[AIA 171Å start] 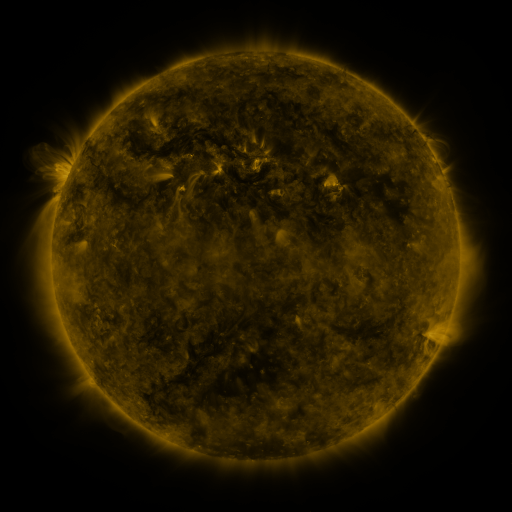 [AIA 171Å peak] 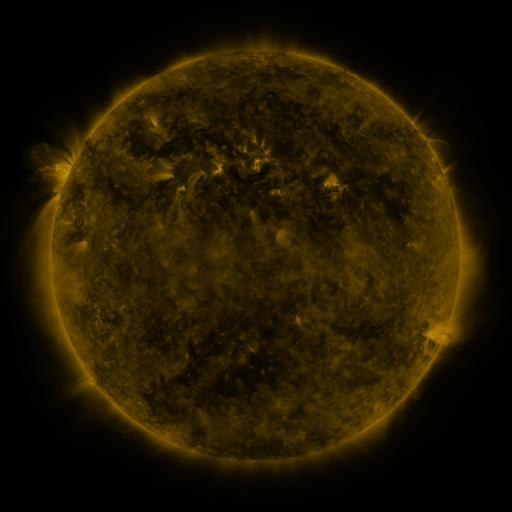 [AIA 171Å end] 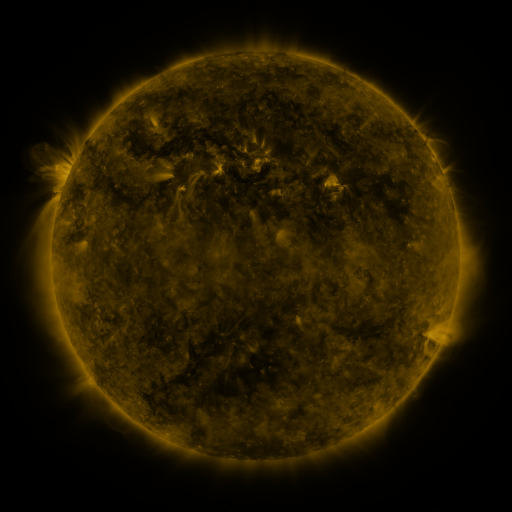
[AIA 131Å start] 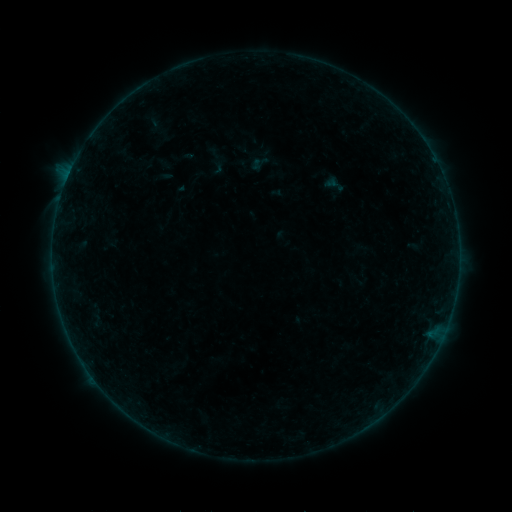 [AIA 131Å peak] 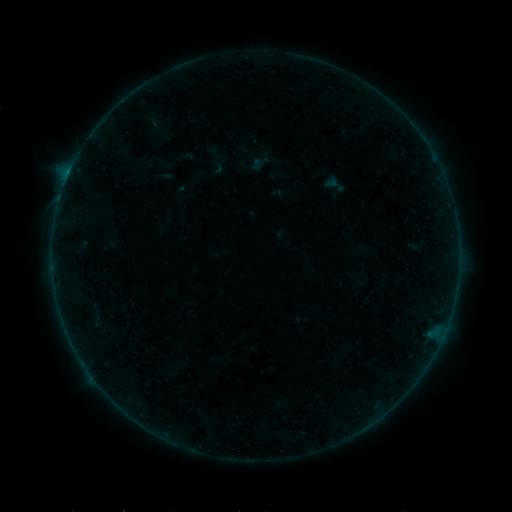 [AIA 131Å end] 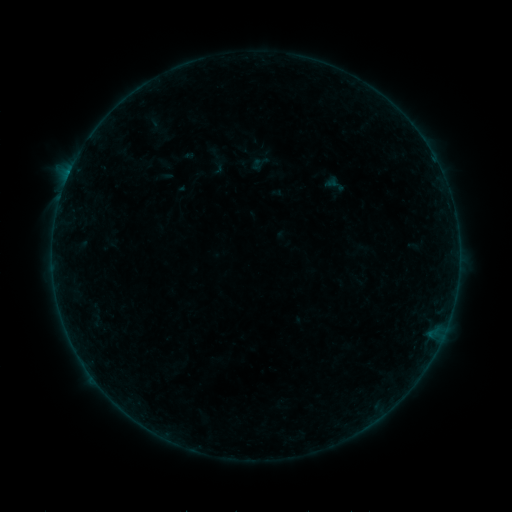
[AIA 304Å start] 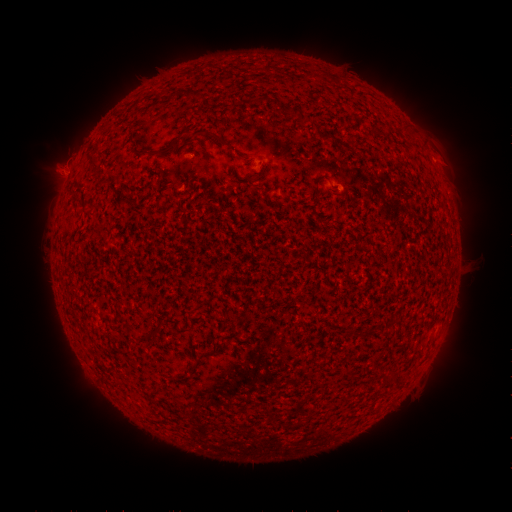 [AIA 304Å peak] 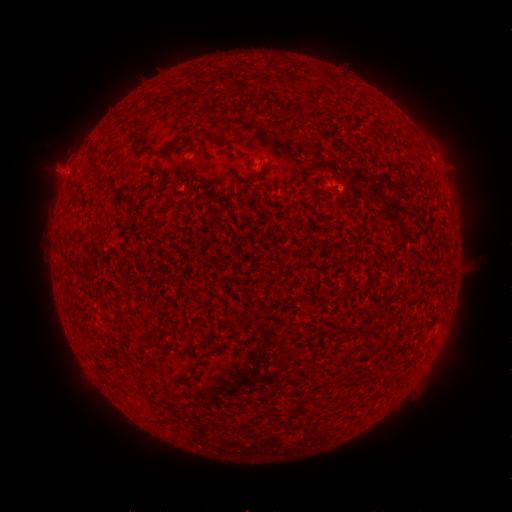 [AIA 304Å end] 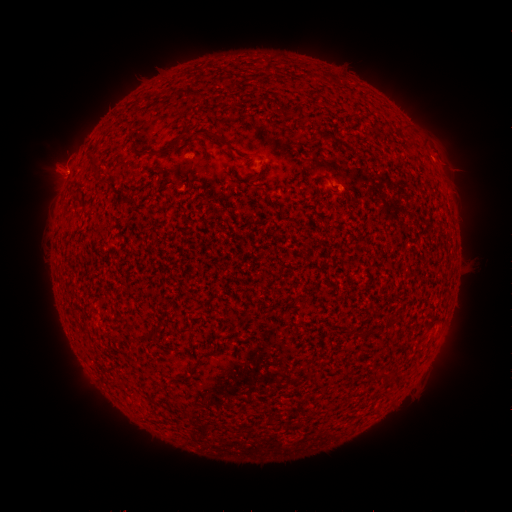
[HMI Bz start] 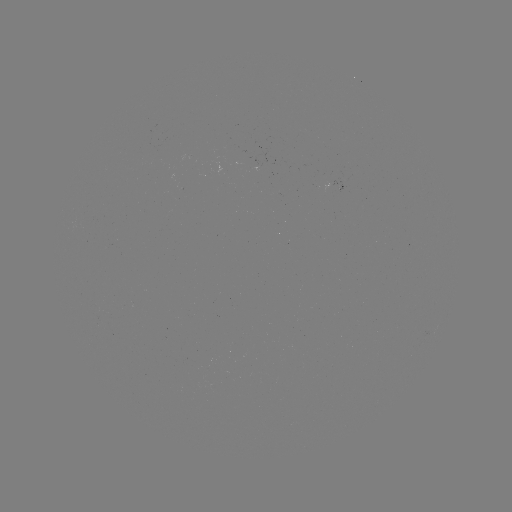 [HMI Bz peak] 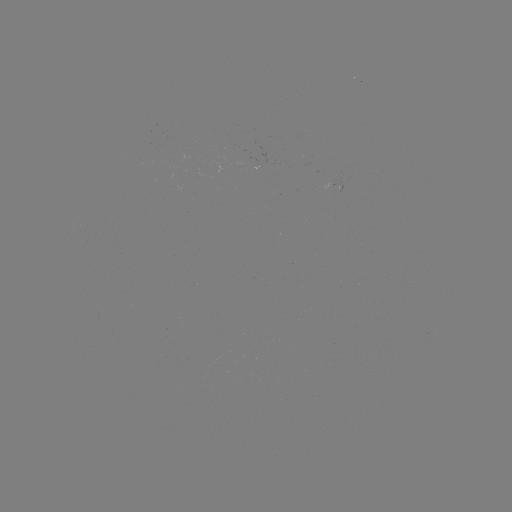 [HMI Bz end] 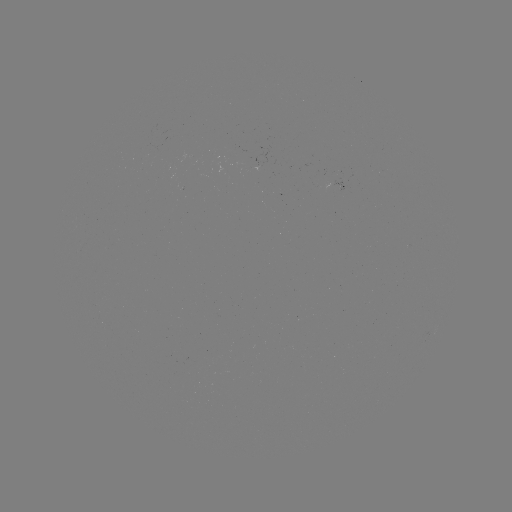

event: flare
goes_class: B2.2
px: (339, 192)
